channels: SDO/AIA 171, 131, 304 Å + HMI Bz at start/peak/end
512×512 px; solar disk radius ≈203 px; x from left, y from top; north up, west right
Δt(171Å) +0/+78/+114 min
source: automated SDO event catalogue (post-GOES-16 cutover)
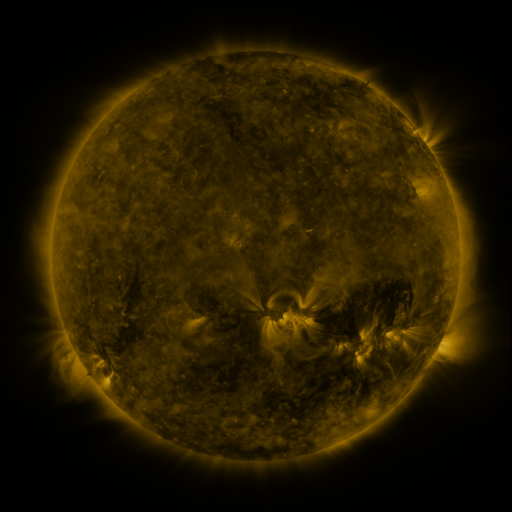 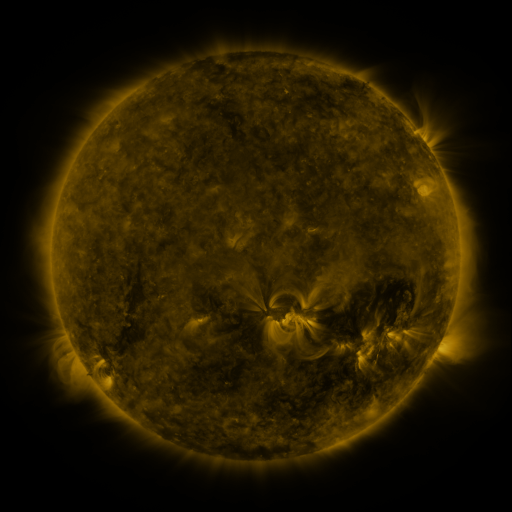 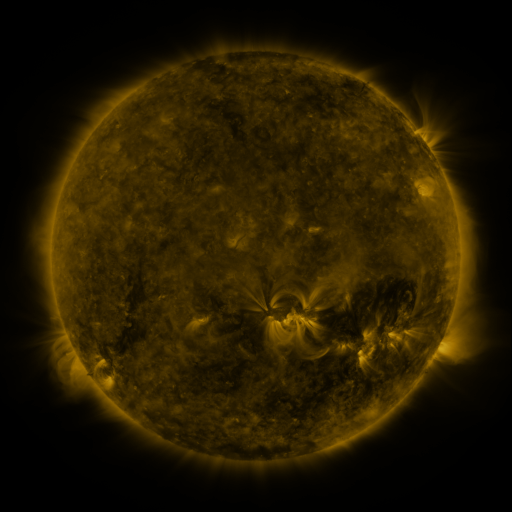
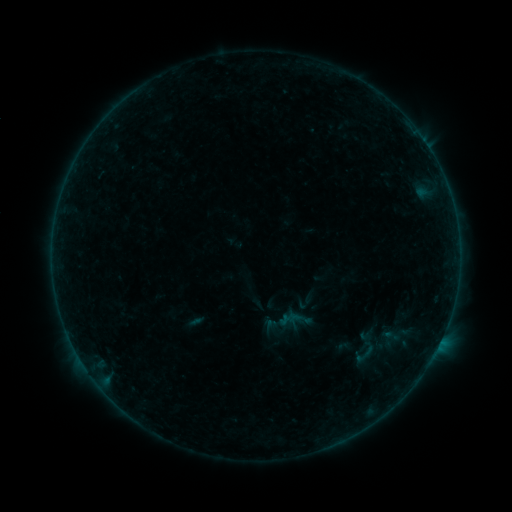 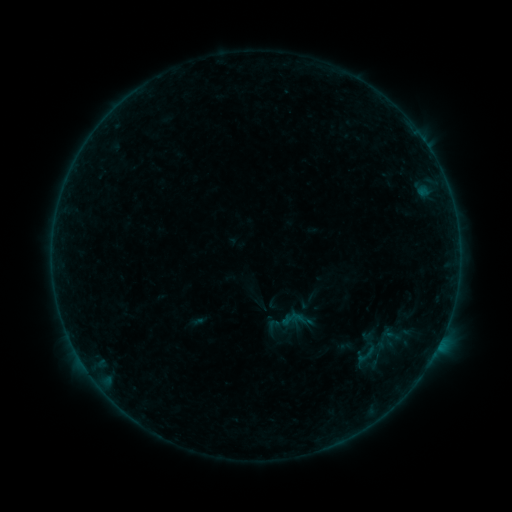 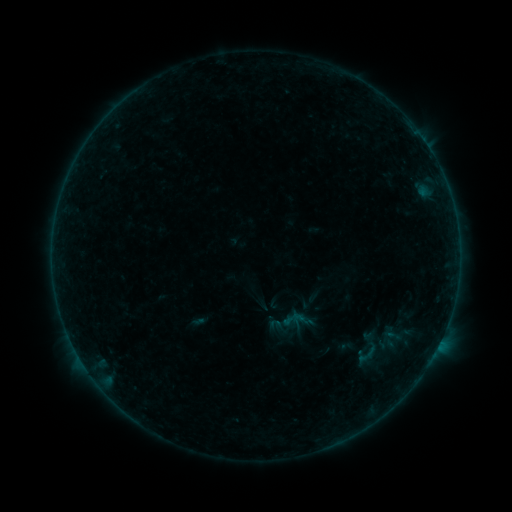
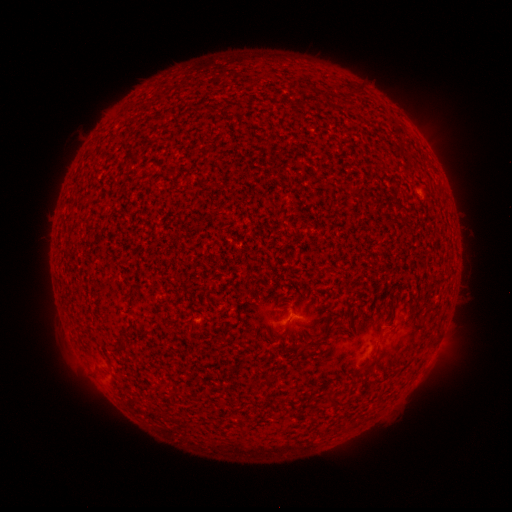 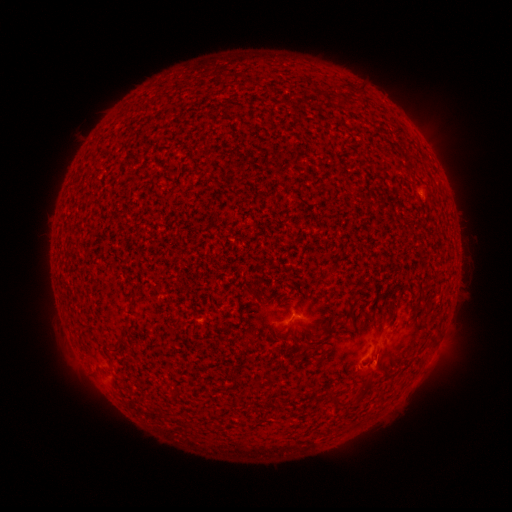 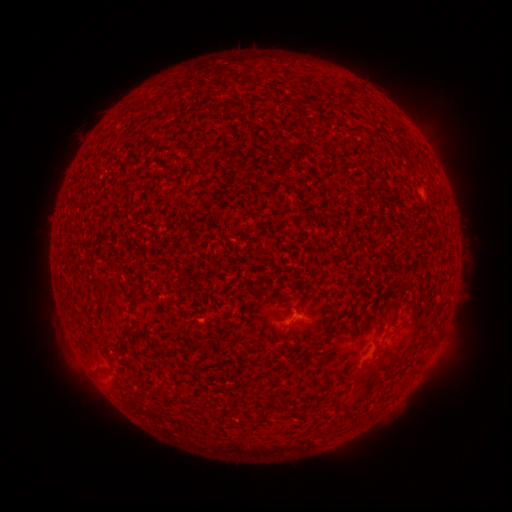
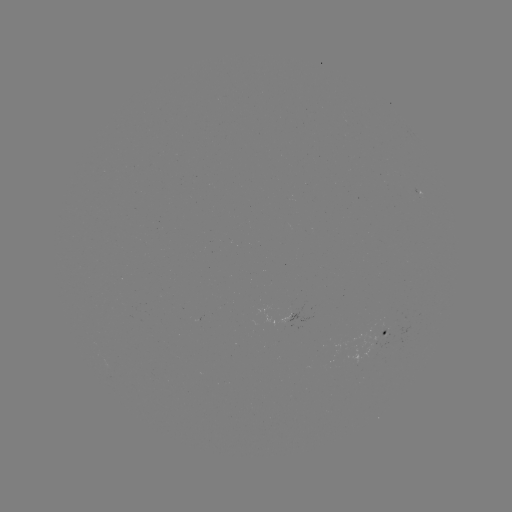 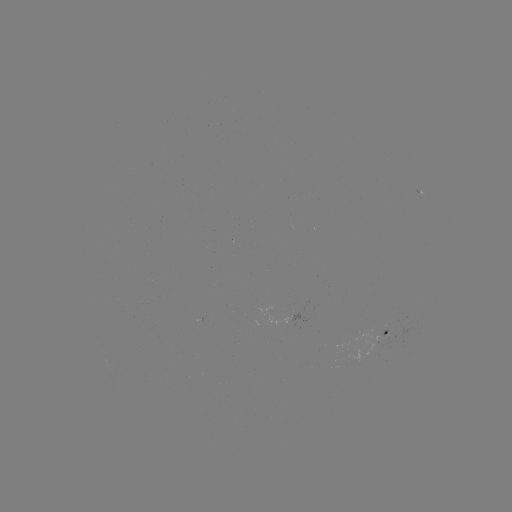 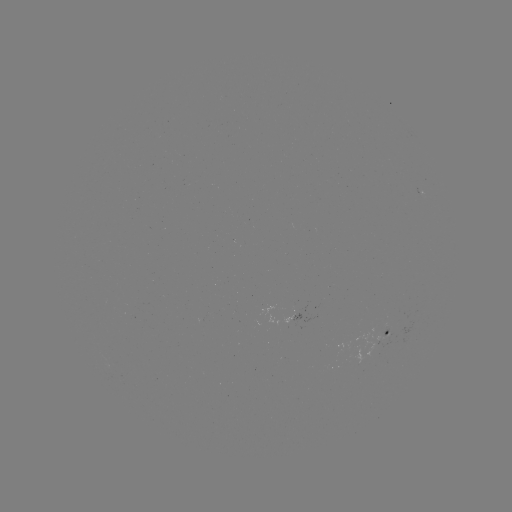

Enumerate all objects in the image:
B1.5 flare: (375, 360)
